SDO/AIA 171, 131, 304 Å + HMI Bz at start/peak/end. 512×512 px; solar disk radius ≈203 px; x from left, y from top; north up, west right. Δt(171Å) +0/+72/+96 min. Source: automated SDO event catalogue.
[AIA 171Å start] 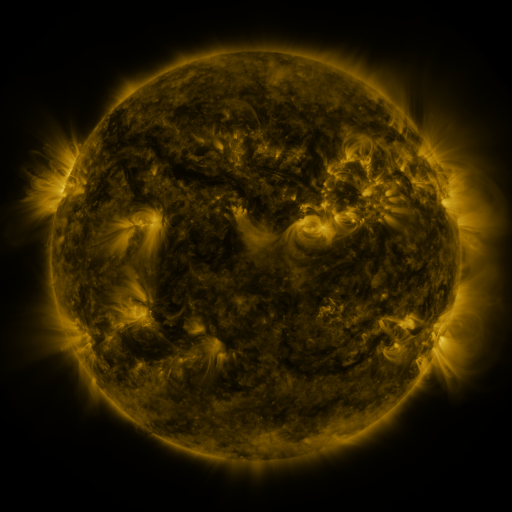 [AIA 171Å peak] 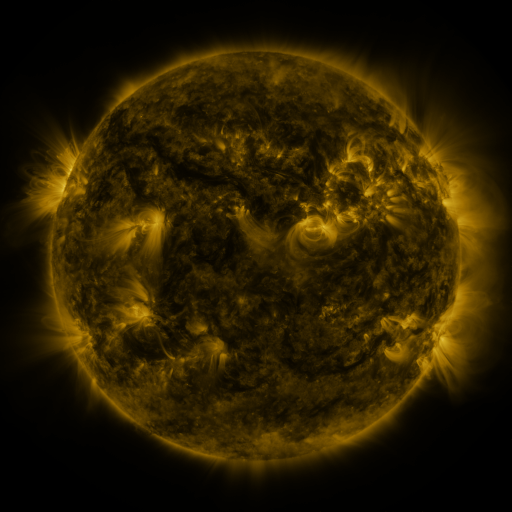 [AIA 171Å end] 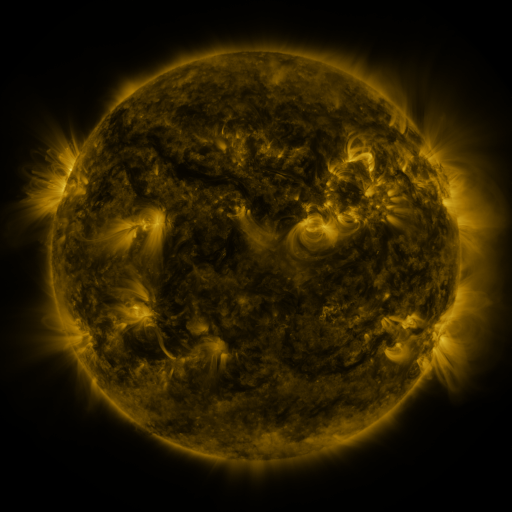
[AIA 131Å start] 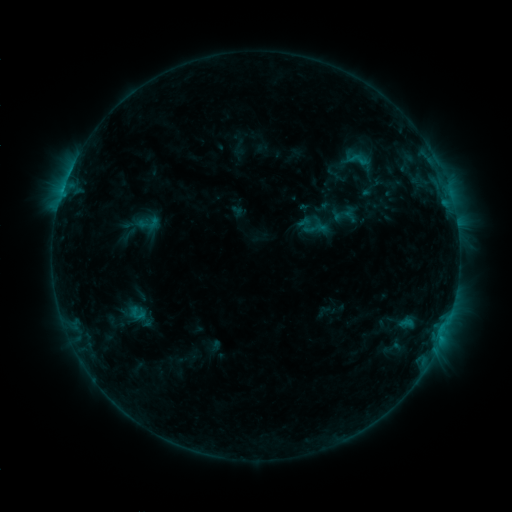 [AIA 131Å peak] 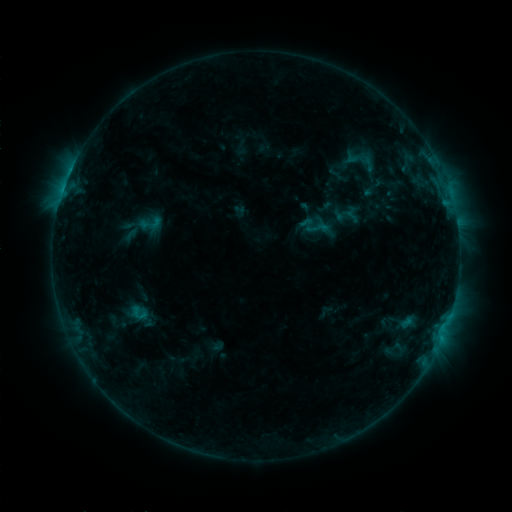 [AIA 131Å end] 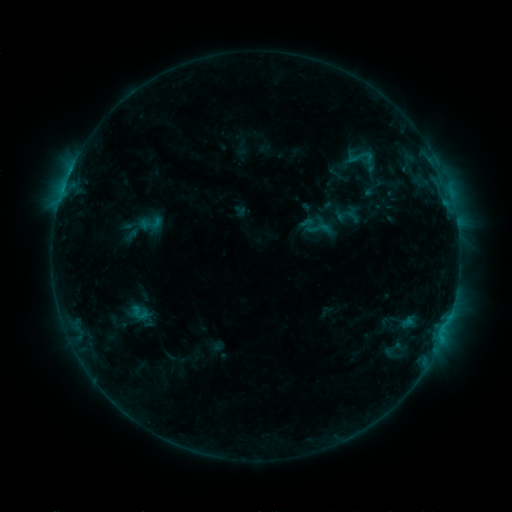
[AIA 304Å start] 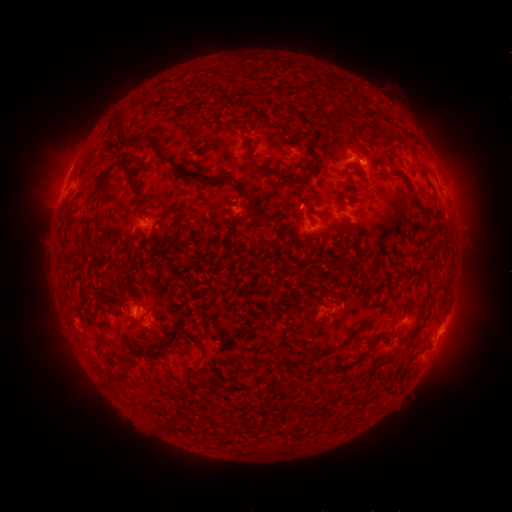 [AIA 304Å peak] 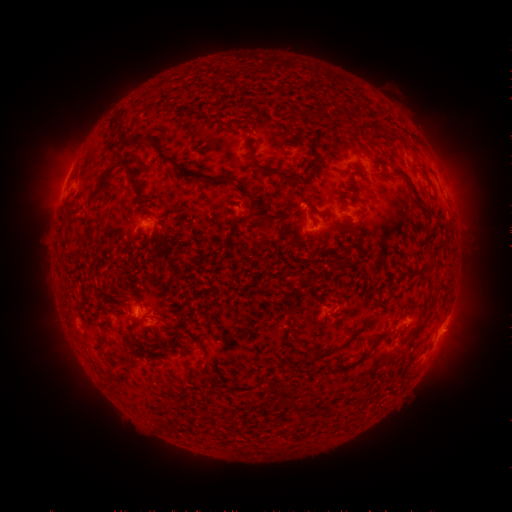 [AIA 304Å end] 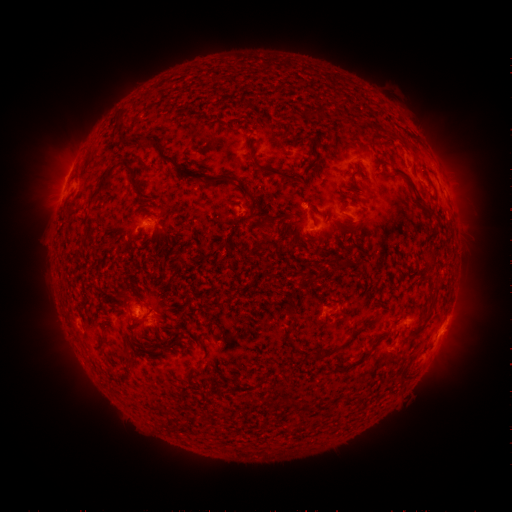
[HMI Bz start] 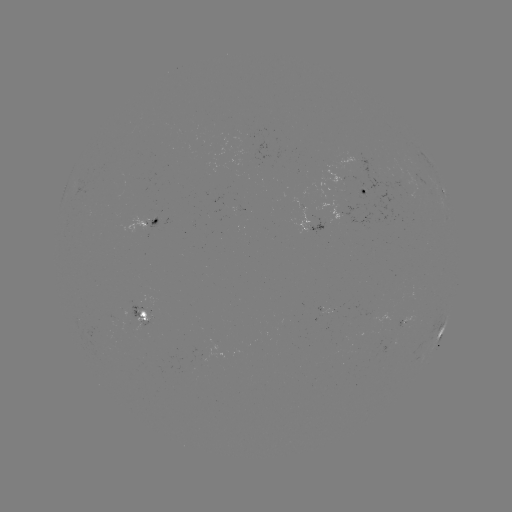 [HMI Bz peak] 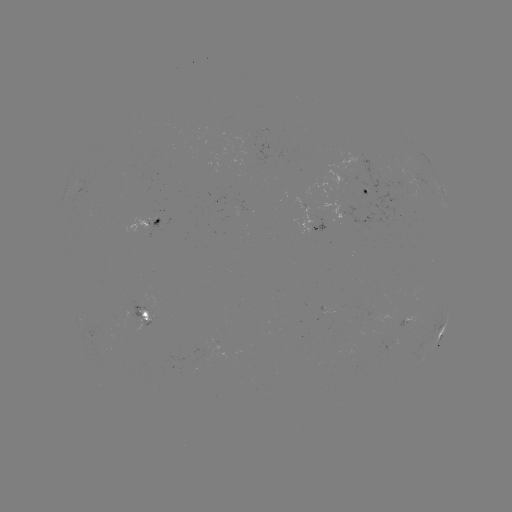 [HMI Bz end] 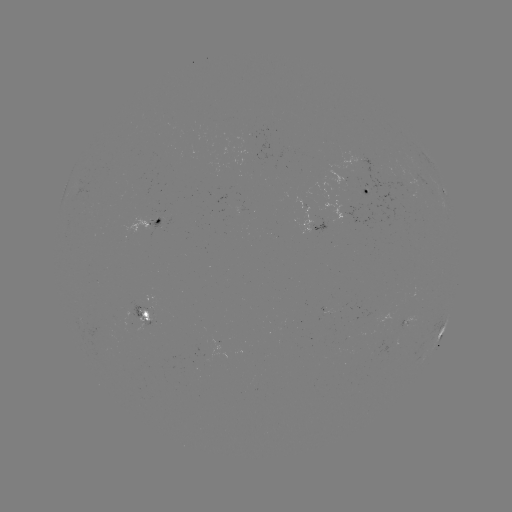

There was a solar emerging-flux region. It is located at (325, 310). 